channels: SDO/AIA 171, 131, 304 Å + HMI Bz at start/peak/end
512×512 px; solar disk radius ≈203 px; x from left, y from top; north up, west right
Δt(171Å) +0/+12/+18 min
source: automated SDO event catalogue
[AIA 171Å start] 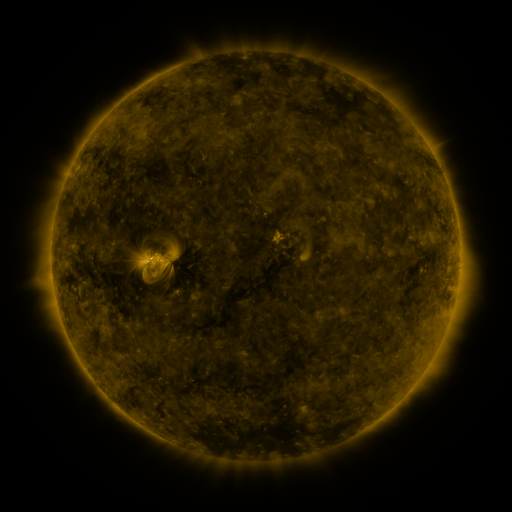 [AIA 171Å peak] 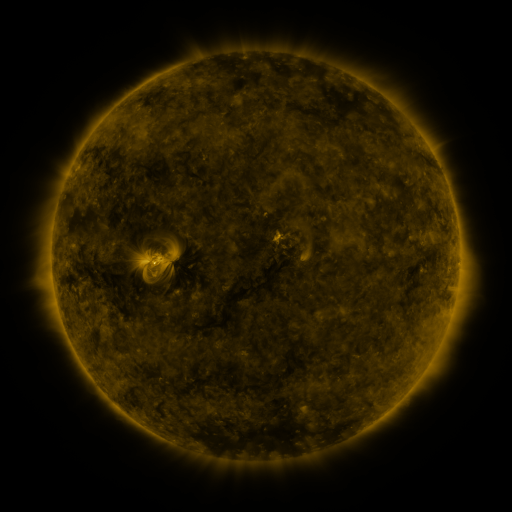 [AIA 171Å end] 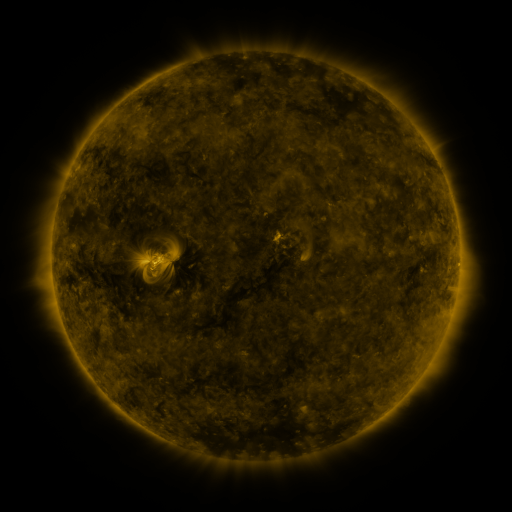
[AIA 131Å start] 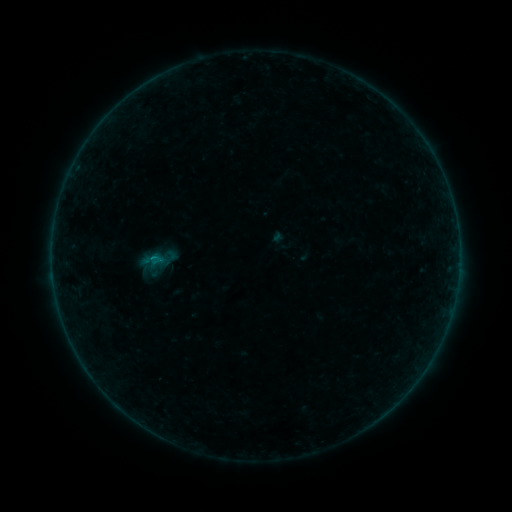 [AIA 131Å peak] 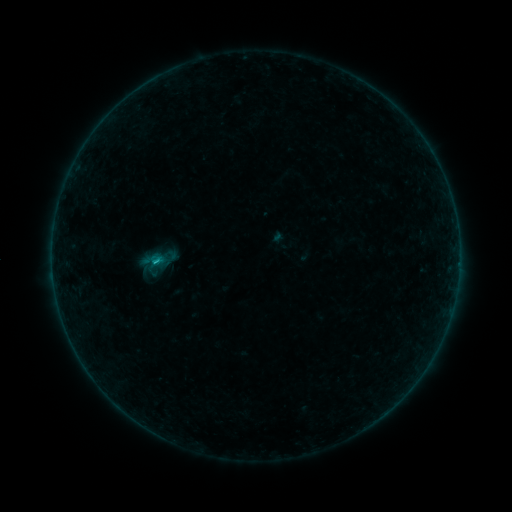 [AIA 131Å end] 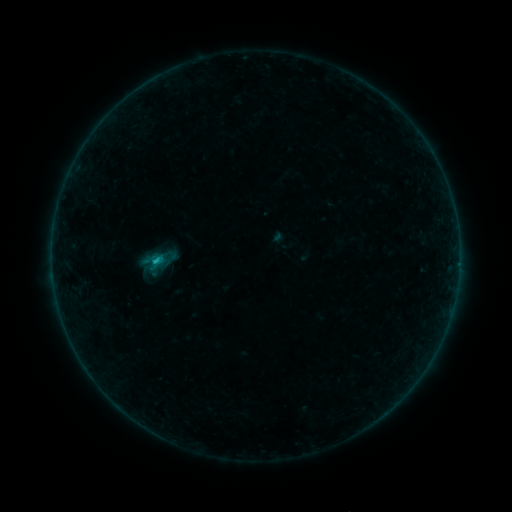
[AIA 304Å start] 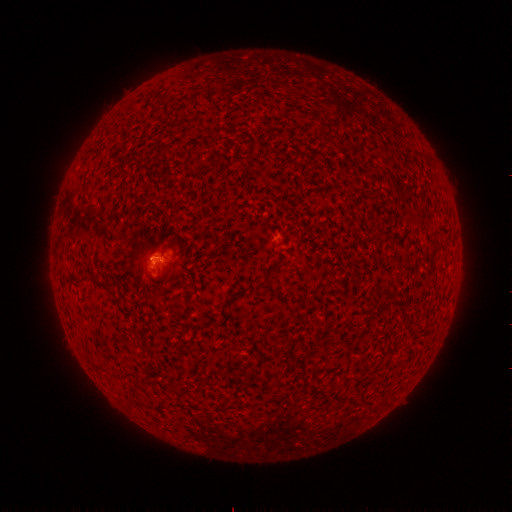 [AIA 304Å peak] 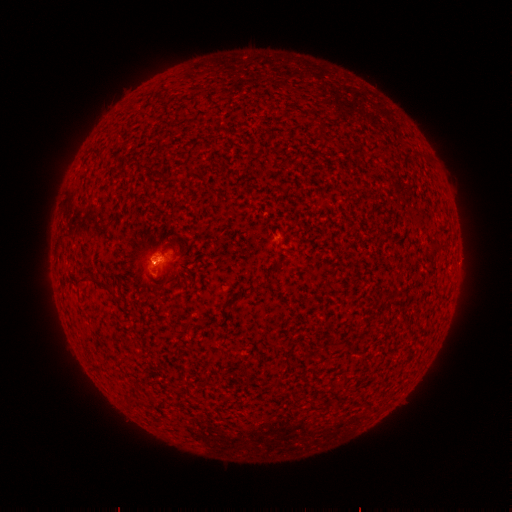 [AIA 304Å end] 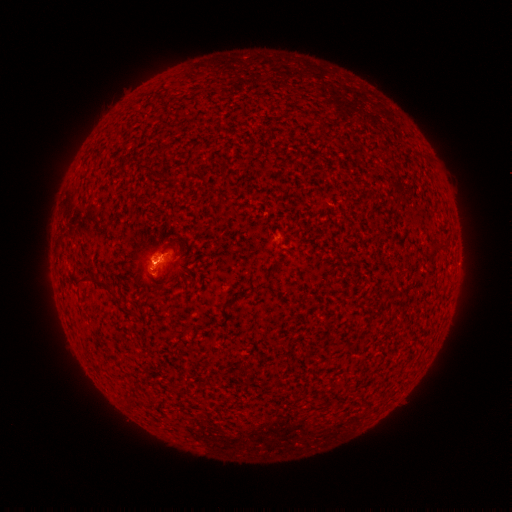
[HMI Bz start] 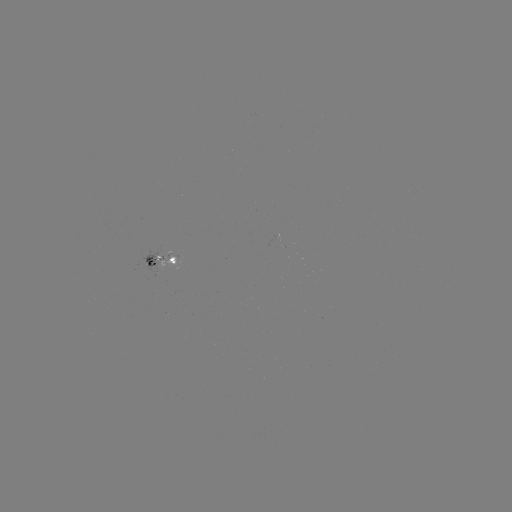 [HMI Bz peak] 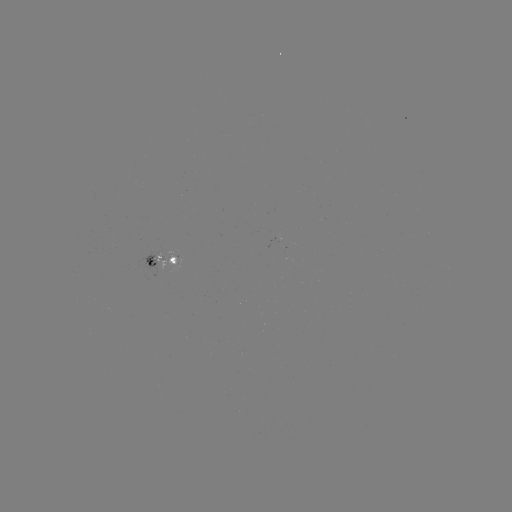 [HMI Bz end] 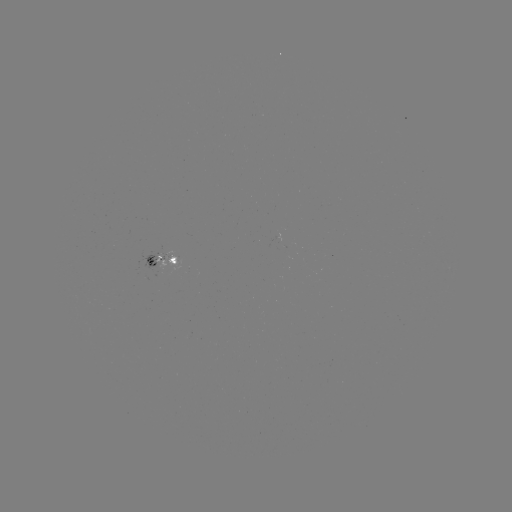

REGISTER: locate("B4.8 flare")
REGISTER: (157, 260)